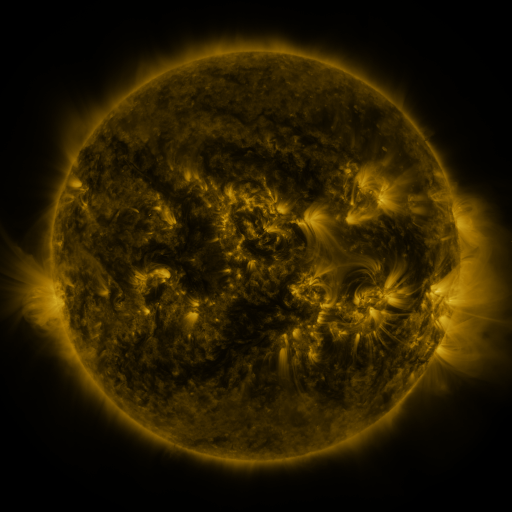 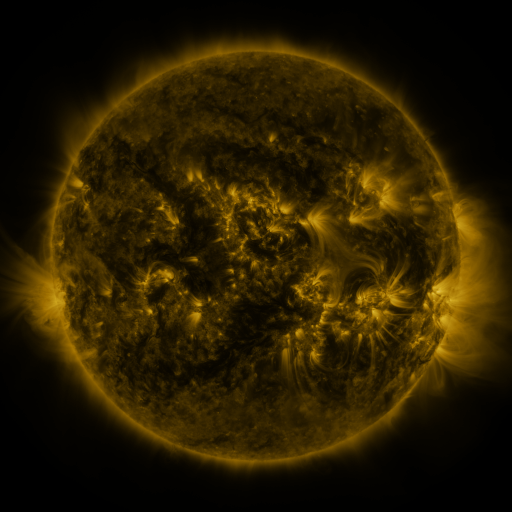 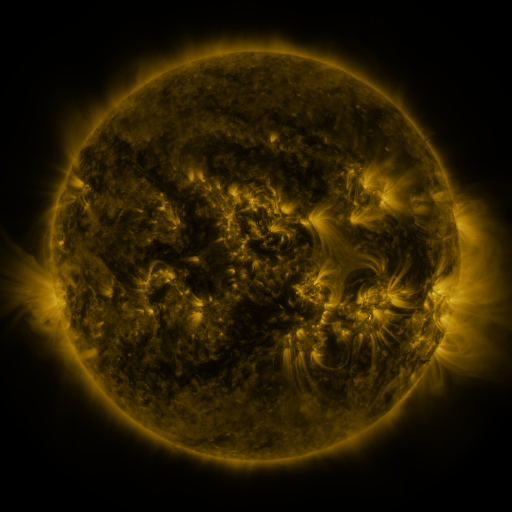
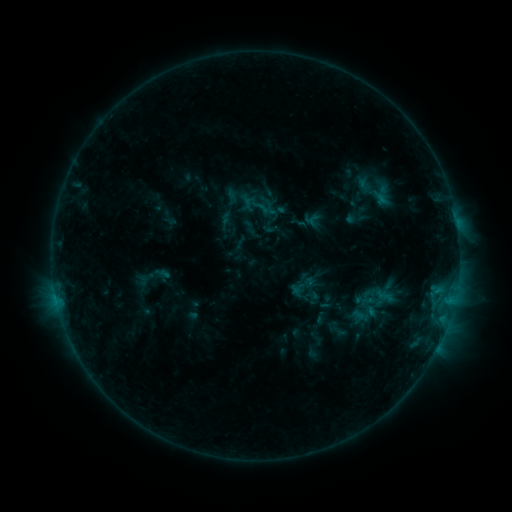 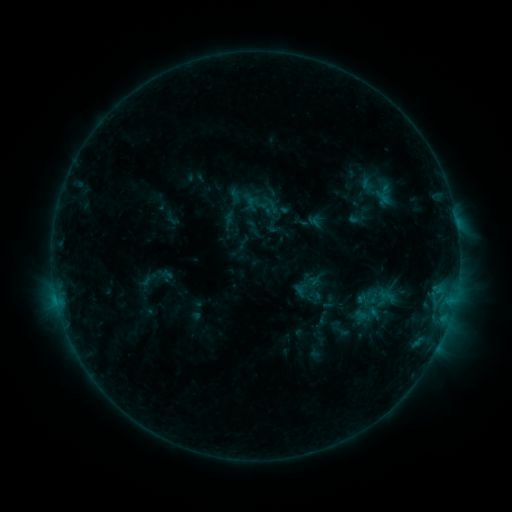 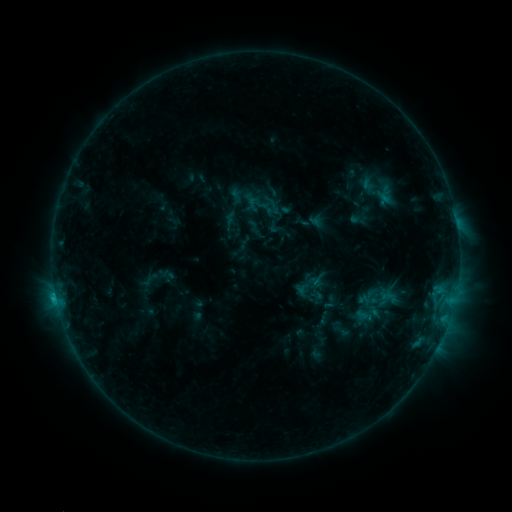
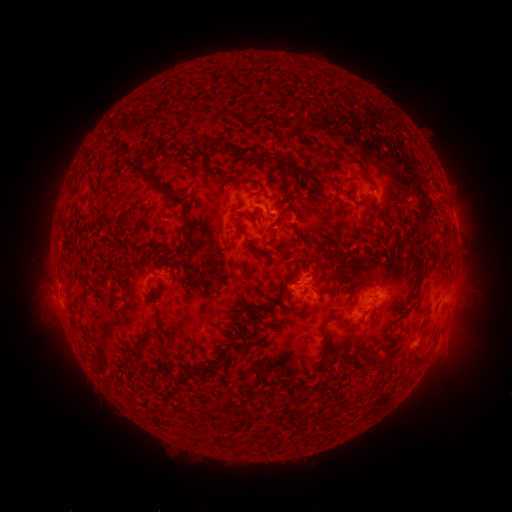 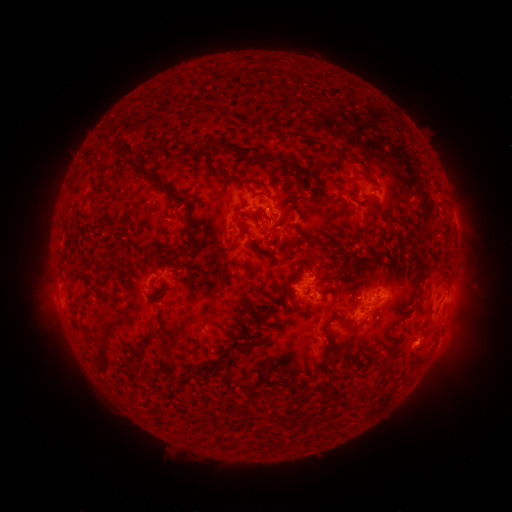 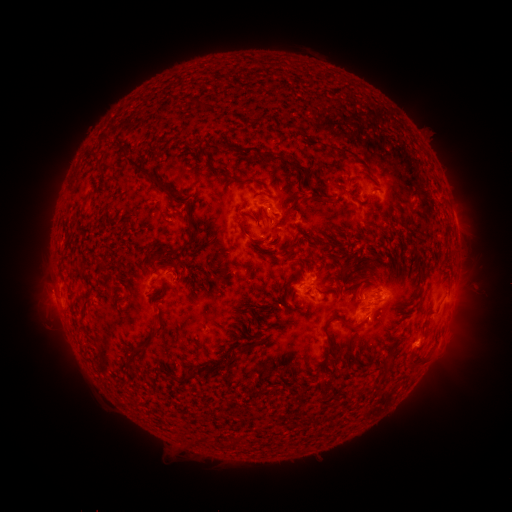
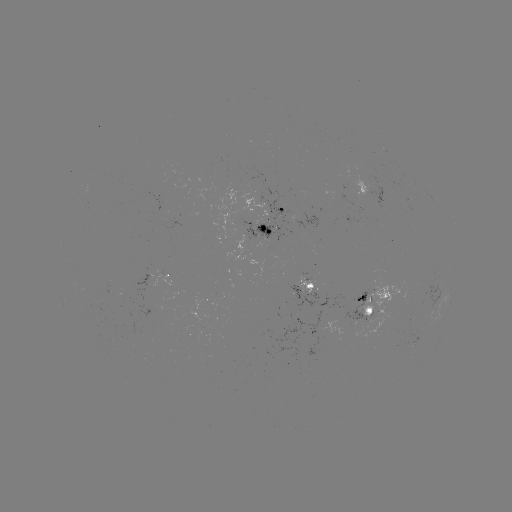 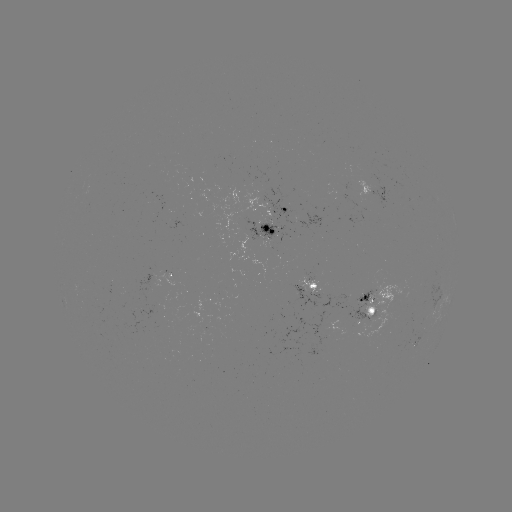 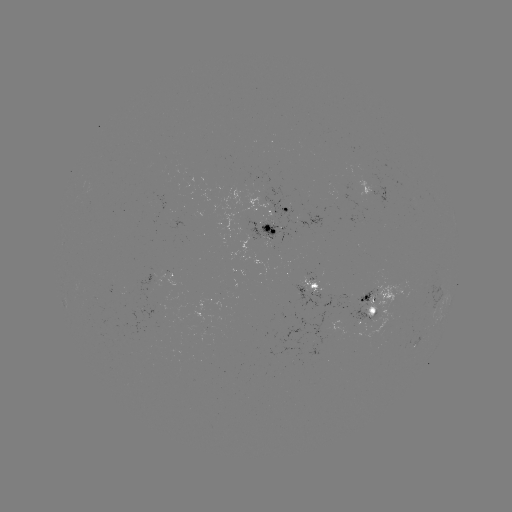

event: emerging-flux region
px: (363, 315)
